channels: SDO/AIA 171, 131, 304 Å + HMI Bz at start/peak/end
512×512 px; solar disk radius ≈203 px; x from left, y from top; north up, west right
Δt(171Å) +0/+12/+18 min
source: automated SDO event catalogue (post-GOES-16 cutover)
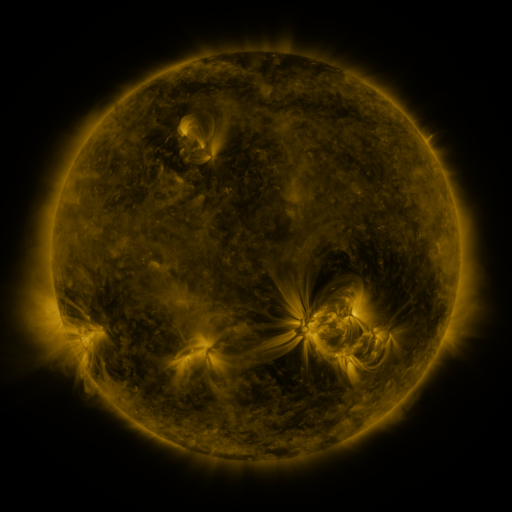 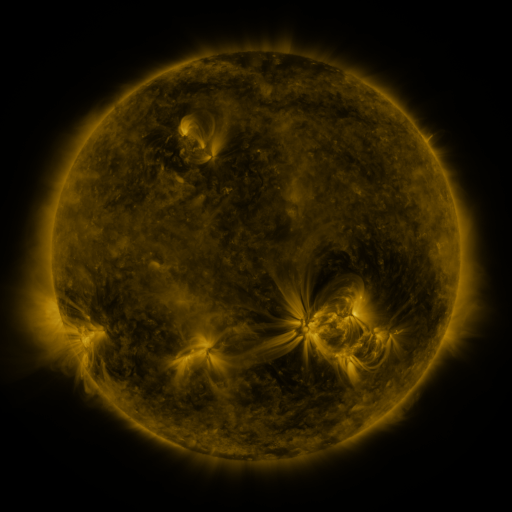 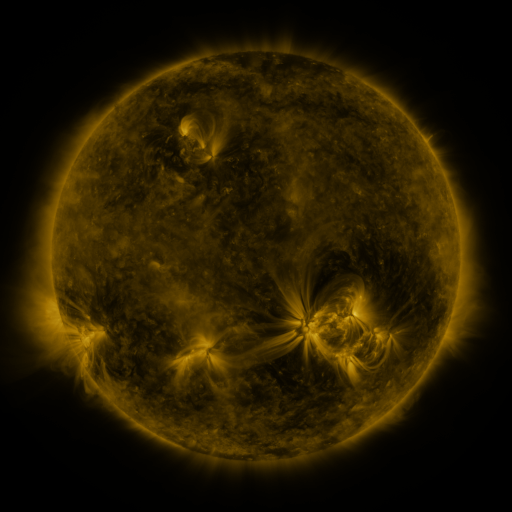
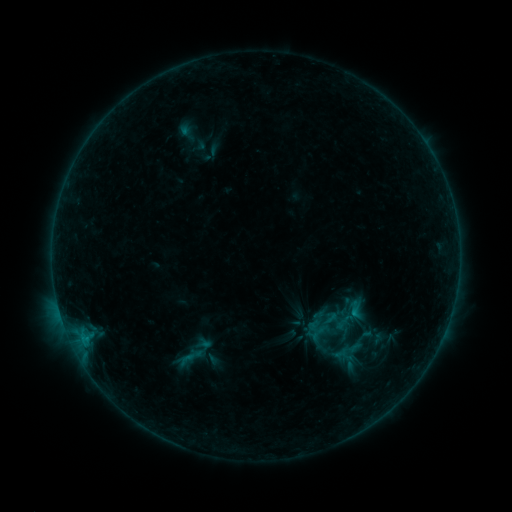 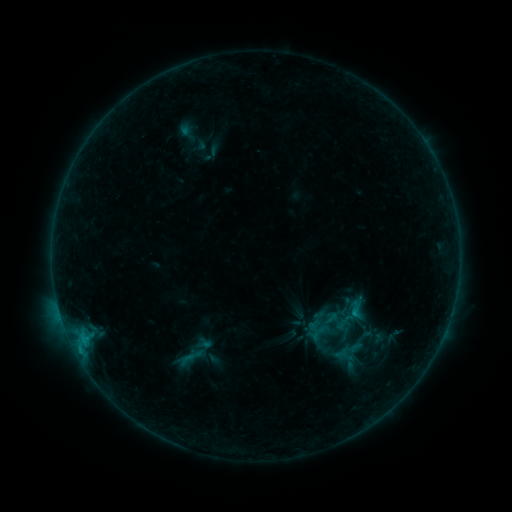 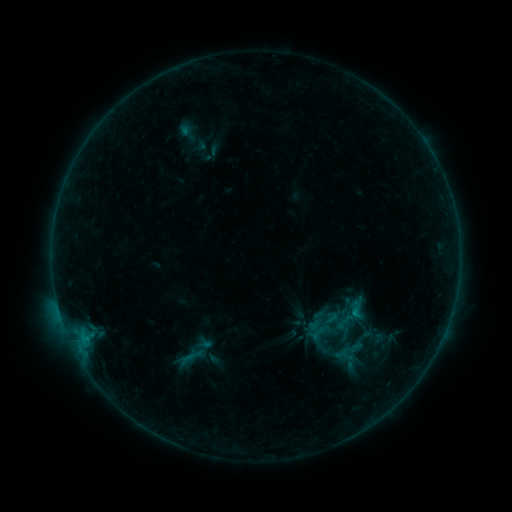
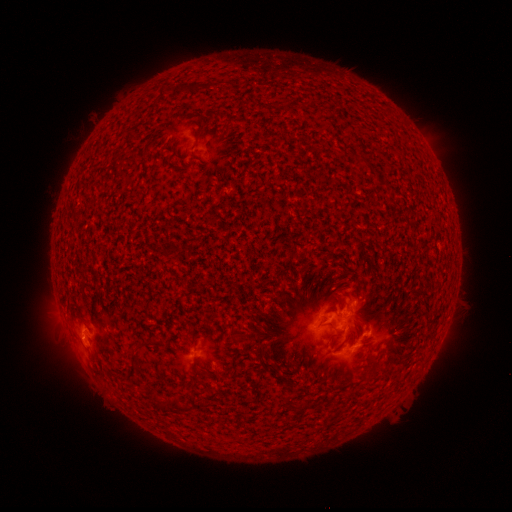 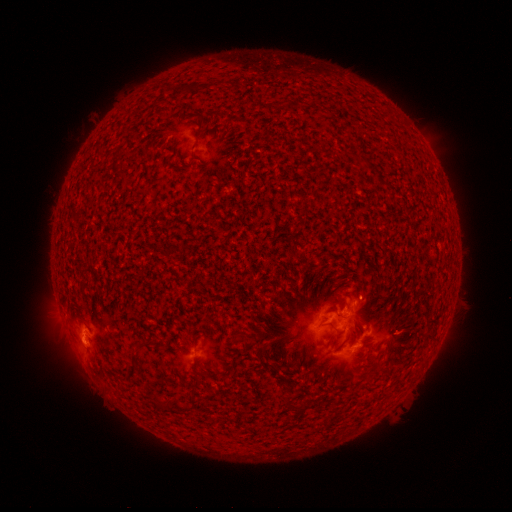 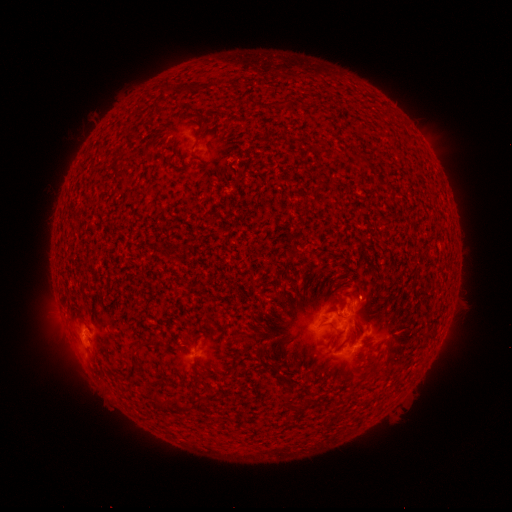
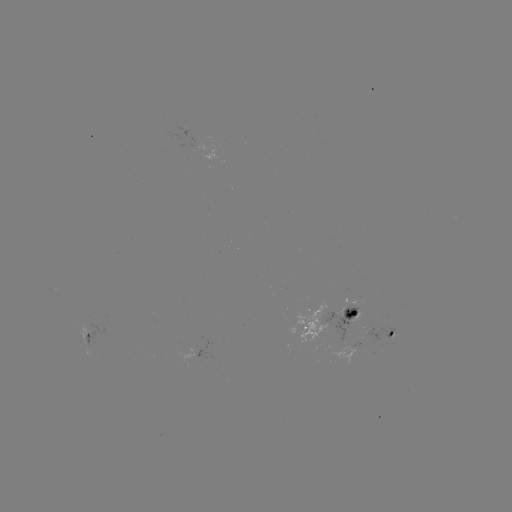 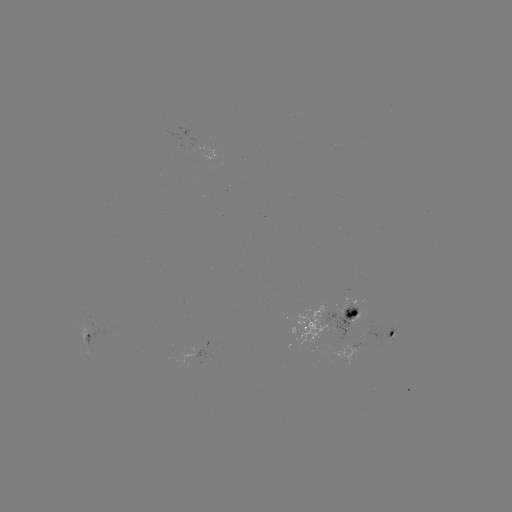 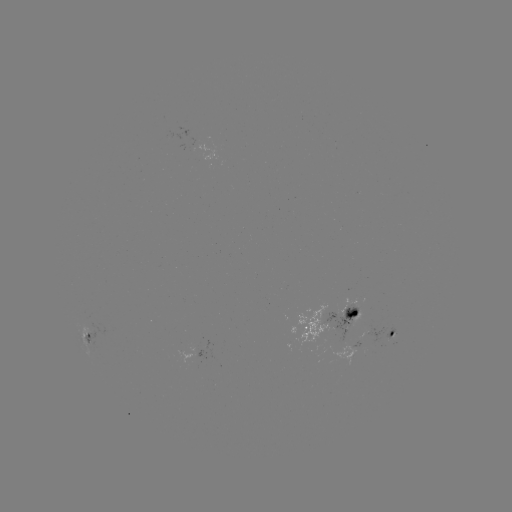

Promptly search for B6.1 flare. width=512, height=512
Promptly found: [80, 348].